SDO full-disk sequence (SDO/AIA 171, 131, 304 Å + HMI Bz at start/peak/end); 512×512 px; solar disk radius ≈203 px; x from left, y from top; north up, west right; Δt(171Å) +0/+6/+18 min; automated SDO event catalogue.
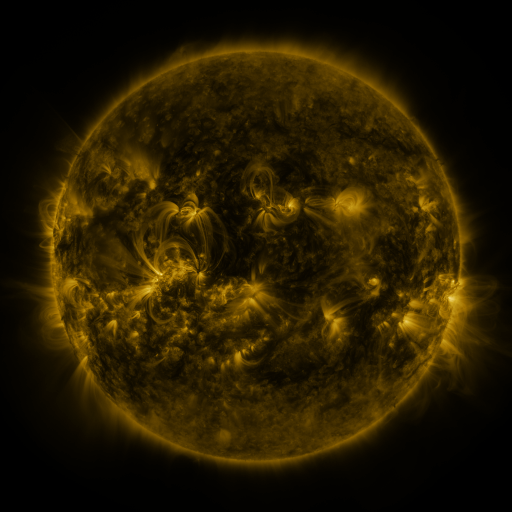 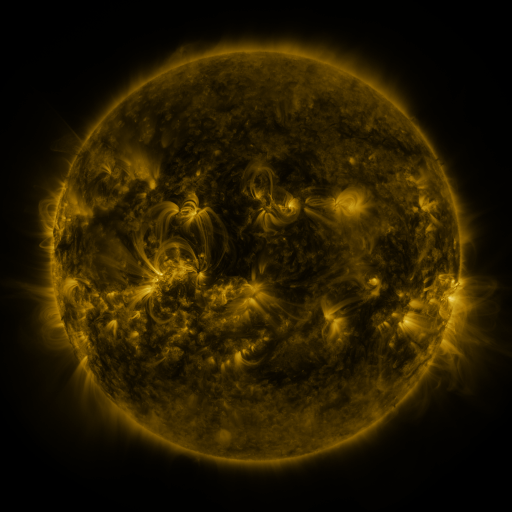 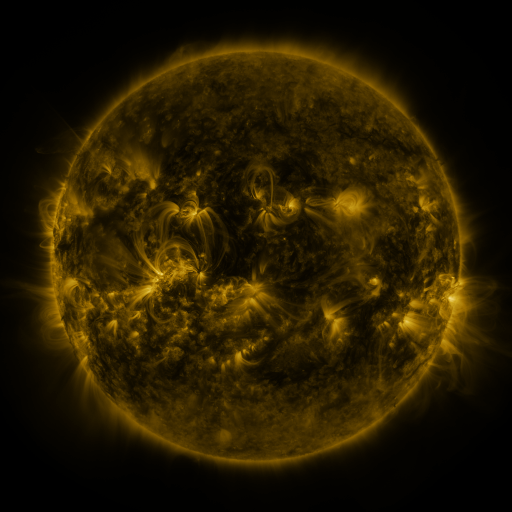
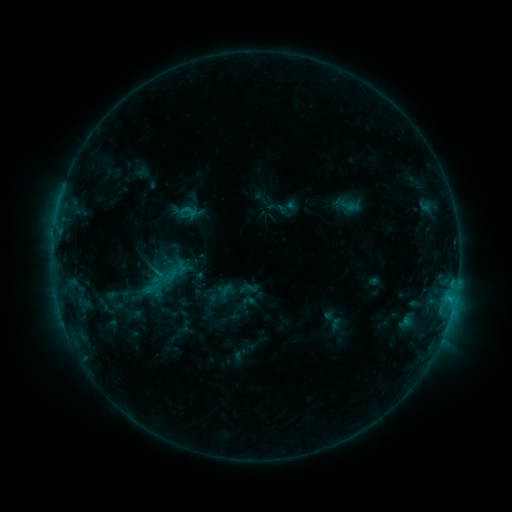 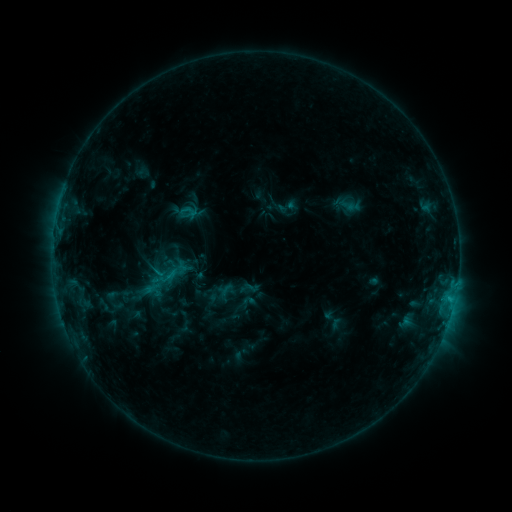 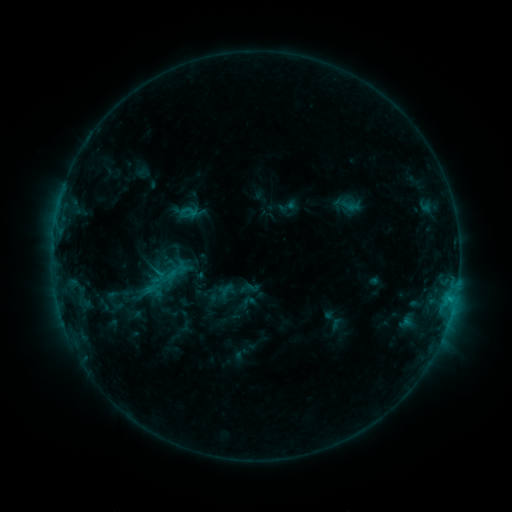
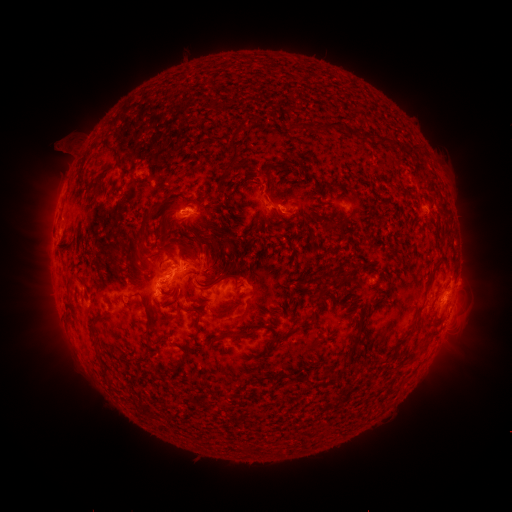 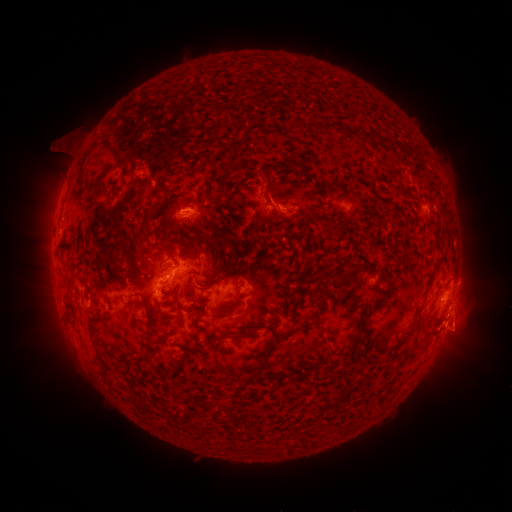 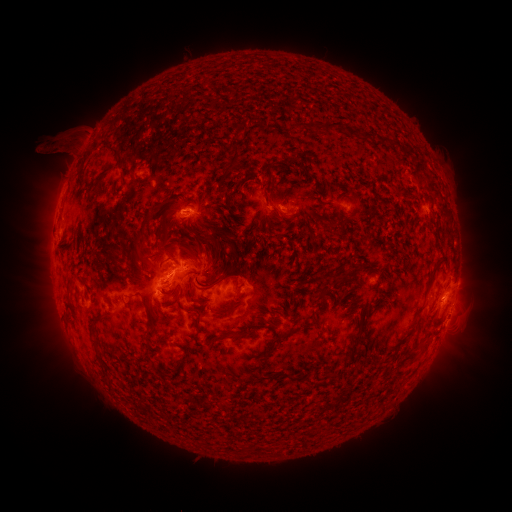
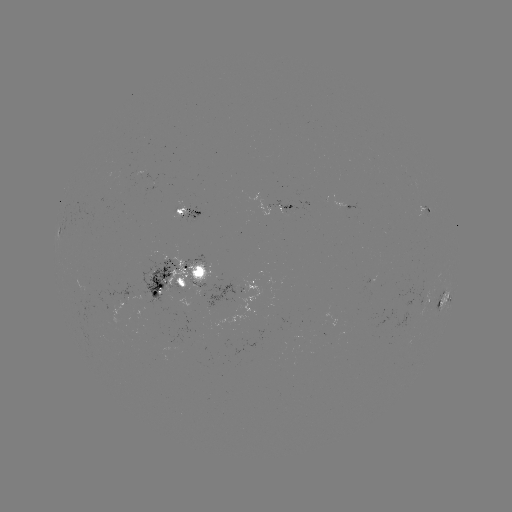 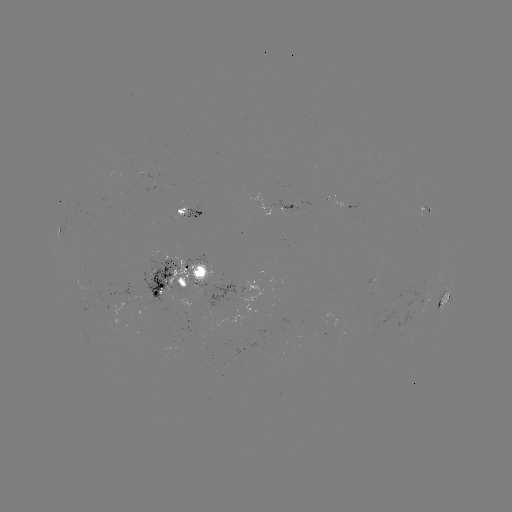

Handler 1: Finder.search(eruption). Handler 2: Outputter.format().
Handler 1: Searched eruption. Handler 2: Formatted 464,328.